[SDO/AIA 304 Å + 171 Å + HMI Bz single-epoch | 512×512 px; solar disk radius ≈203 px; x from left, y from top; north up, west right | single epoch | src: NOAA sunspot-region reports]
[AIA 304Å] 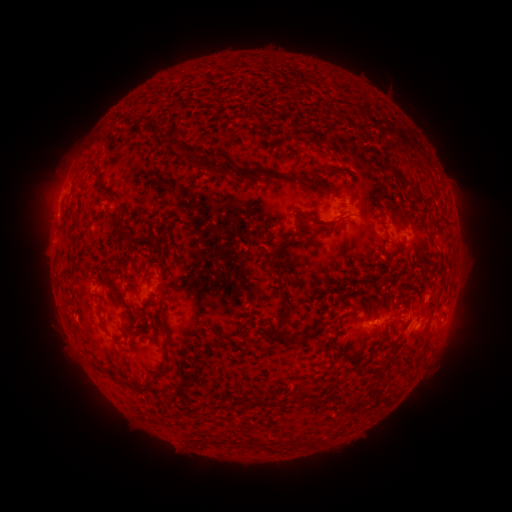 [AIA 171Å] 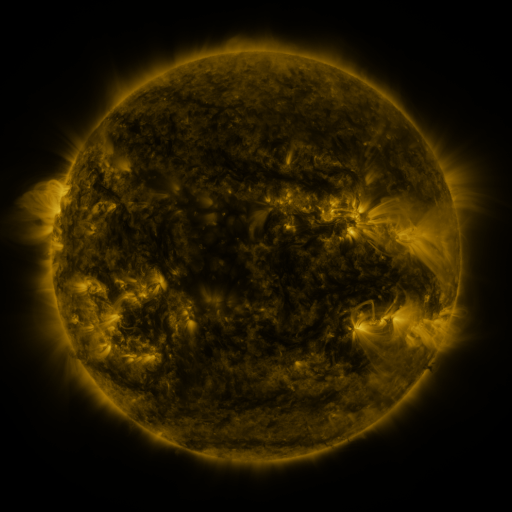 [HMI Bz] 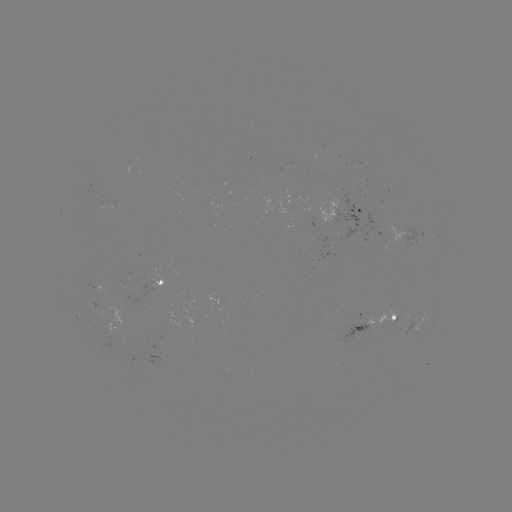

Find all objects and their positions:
spotted active region: (353, 213)
spotted active region: (96, 278)
spotted active region: (164, 281)
spotted active region: (373, 323)
spotted active region: (116, 326)
